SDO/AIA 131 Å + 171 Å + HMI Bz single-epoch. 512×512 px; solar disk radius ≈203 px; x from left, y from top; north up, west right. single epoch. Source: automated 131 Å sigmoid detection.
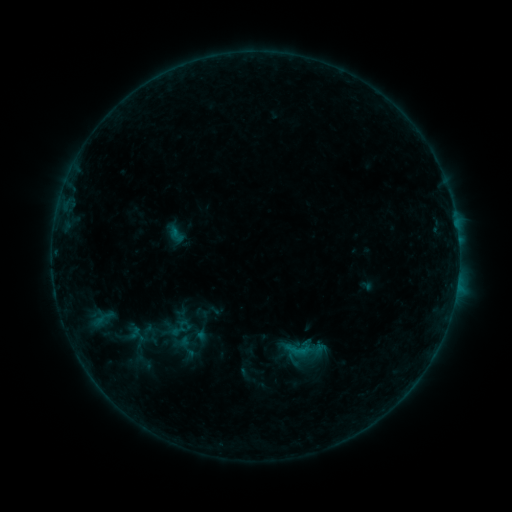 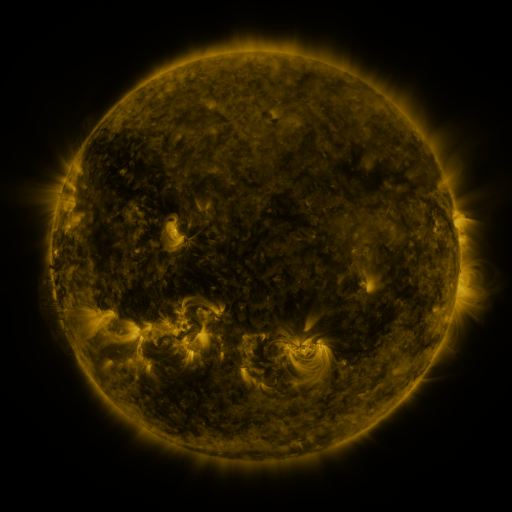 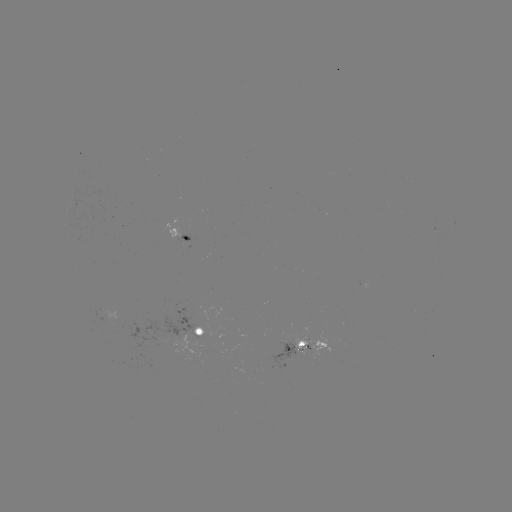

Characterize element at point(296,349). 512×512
sigmoid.